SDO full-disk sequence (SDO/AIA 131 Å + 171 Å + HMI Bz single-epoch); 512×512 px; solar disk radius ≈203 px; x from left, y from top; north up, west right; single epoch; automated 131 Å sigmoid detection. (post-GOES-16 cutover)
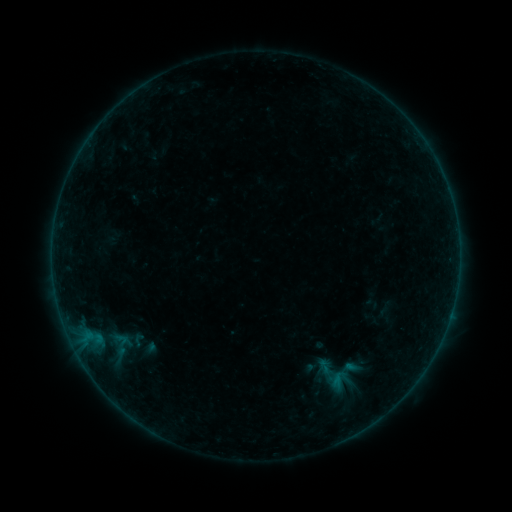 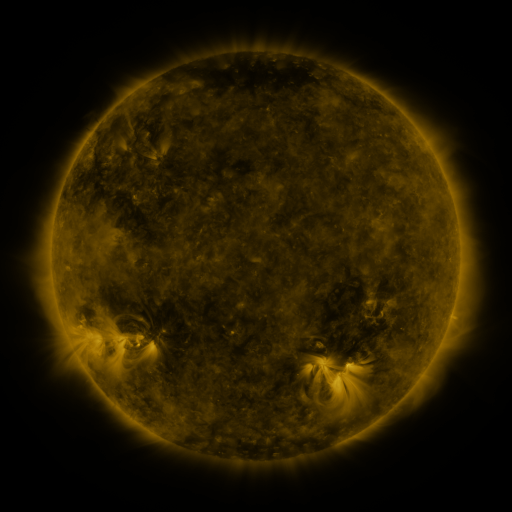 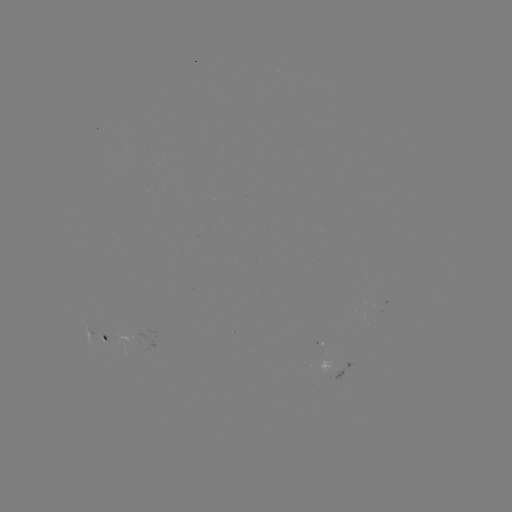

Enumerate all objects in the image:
sigmoid: (119, 345)
sigmoid: (326, 366)
